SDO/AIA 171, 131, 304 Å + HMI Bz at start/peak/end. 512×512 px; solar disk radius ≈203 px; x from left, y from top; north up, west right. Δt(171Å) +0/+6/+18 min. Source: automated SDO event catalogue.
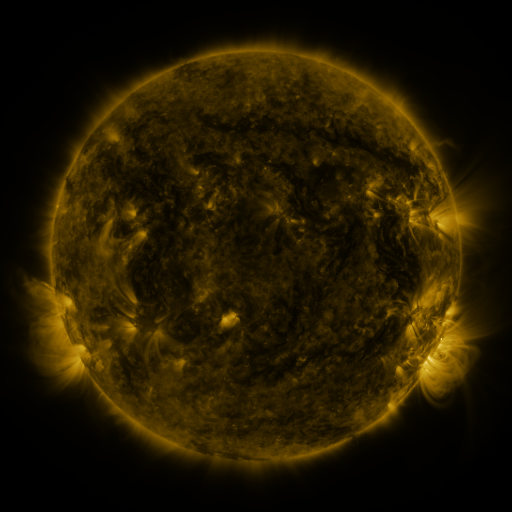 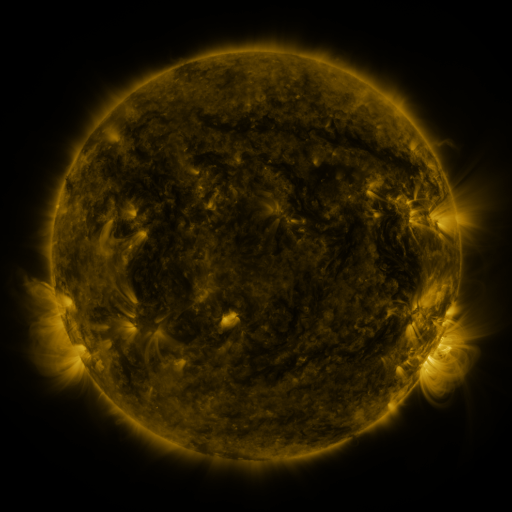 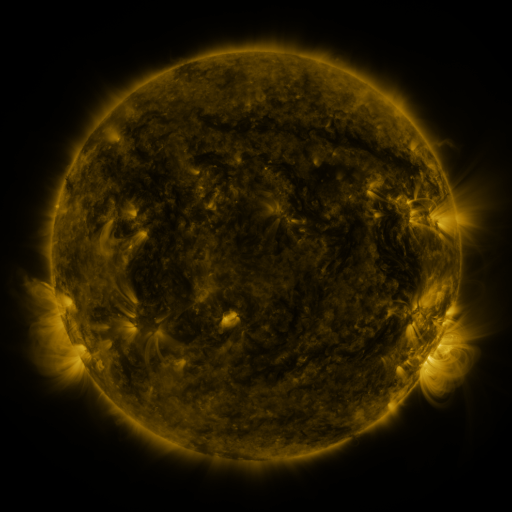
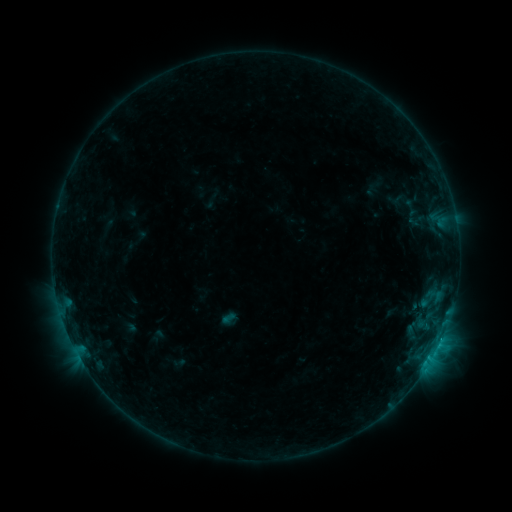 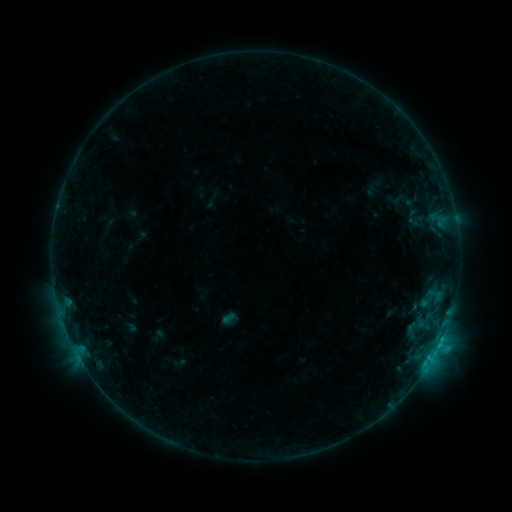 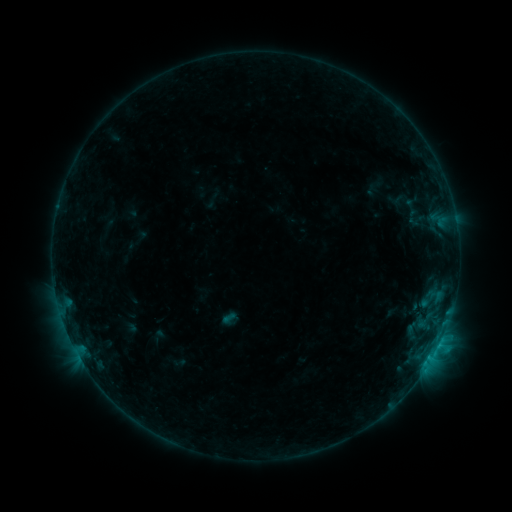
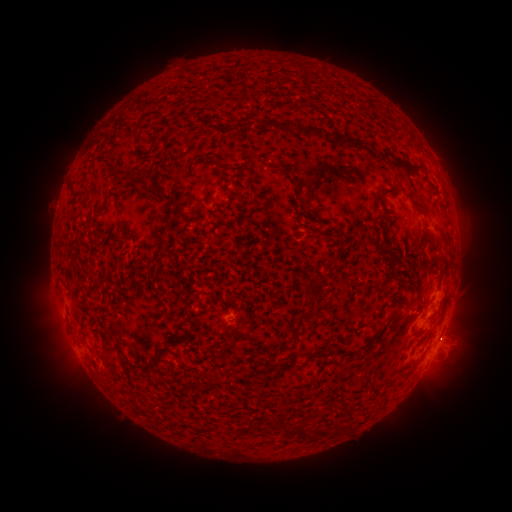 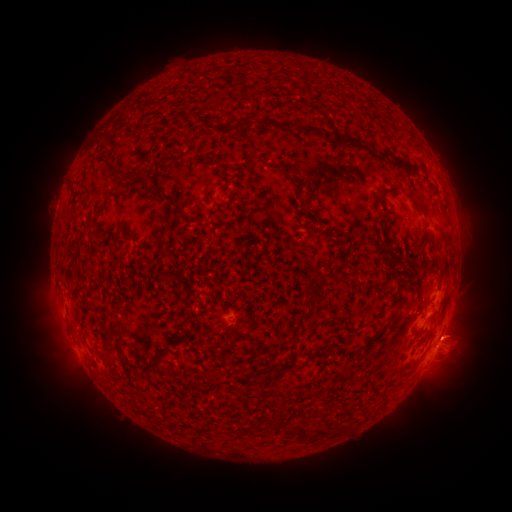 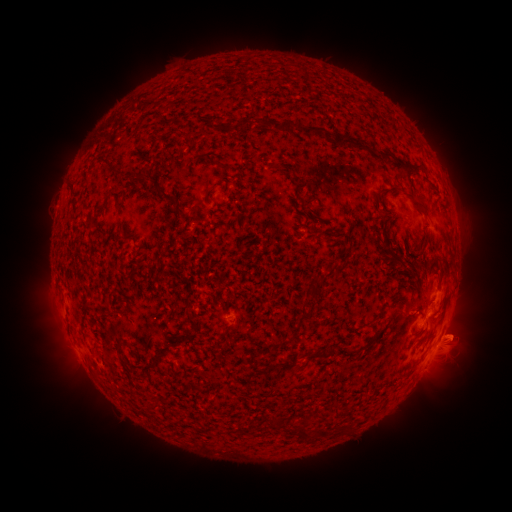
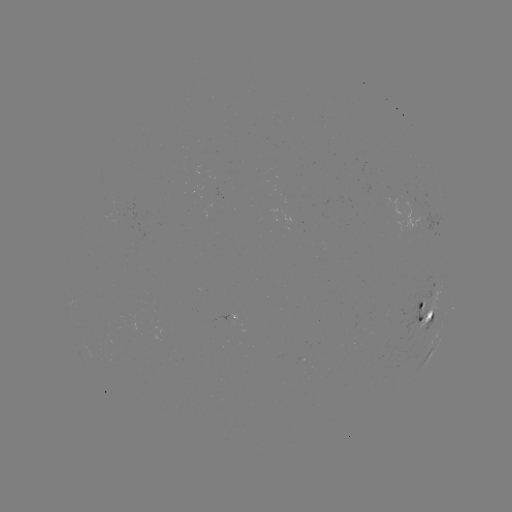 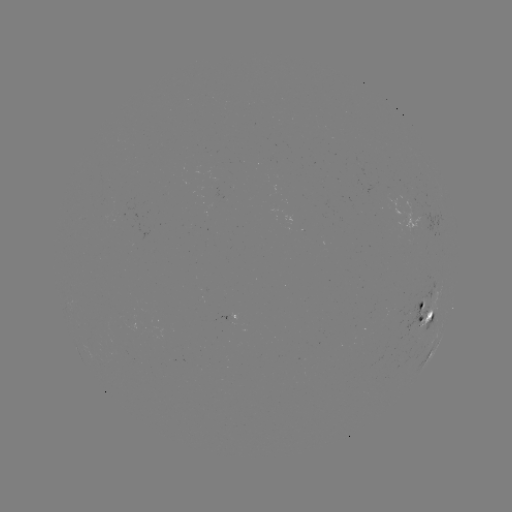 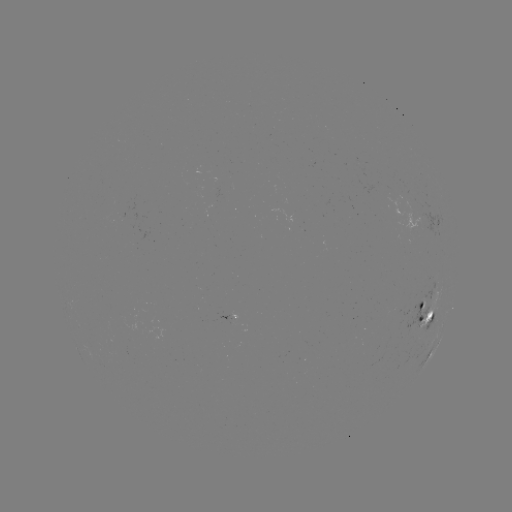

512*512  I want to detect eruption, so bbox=[430, 307, 495, 363].